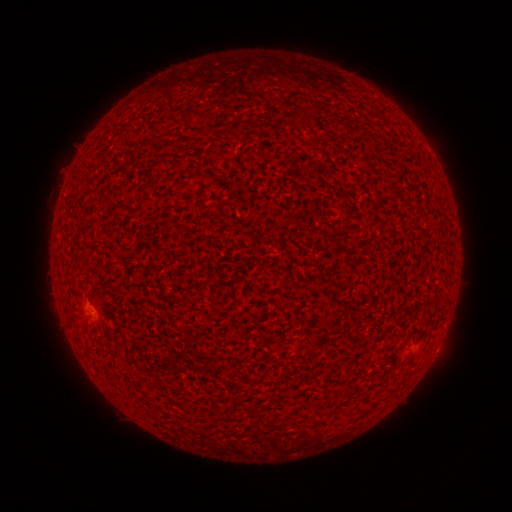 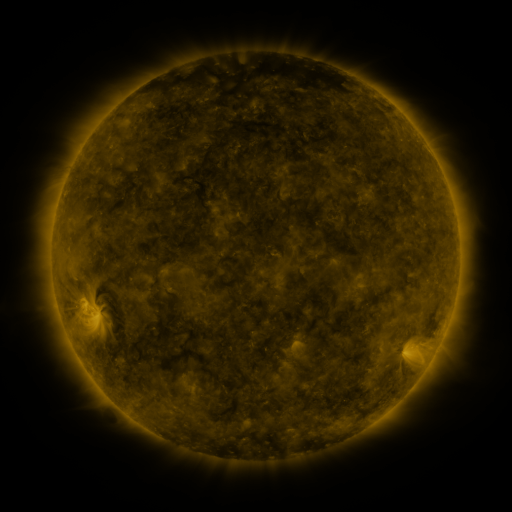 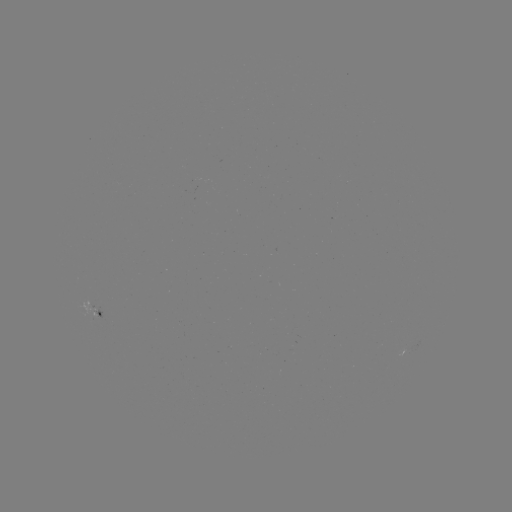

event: spotted active region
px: (94, 309)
